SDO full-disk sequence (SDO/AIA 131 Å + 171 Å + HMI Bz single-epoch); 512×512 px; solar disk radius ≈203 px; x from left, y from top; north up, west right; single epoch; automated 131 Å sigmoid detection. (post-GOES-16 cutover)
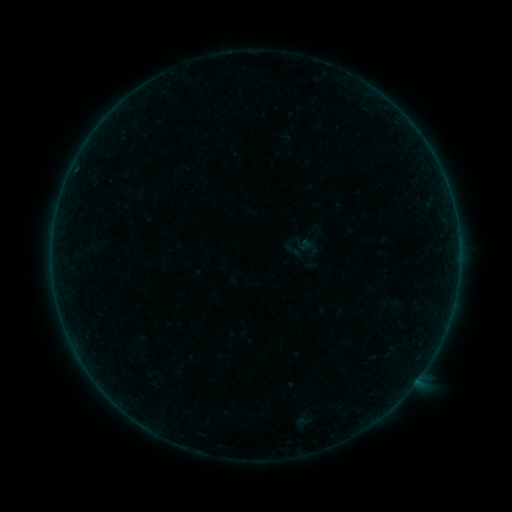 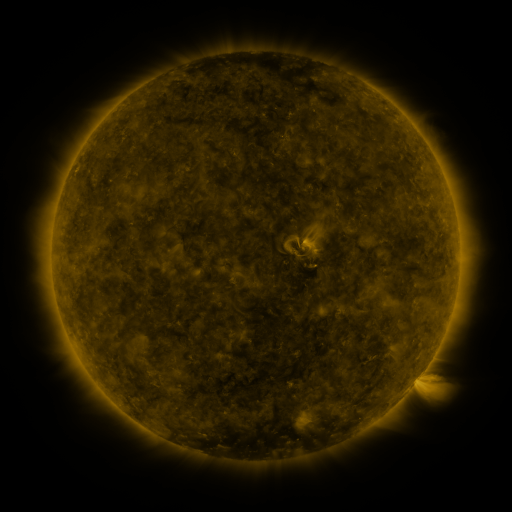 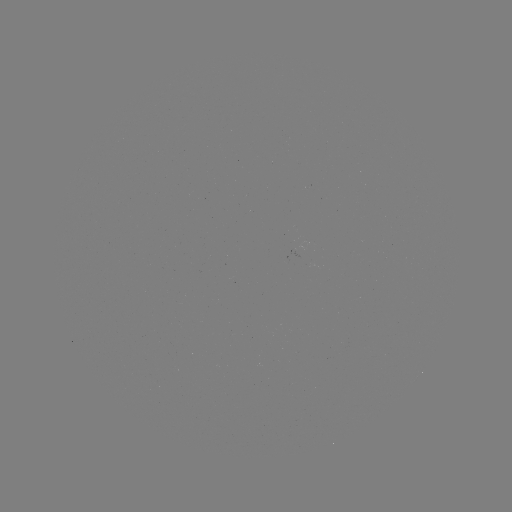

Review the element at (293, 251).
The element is sigmoid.